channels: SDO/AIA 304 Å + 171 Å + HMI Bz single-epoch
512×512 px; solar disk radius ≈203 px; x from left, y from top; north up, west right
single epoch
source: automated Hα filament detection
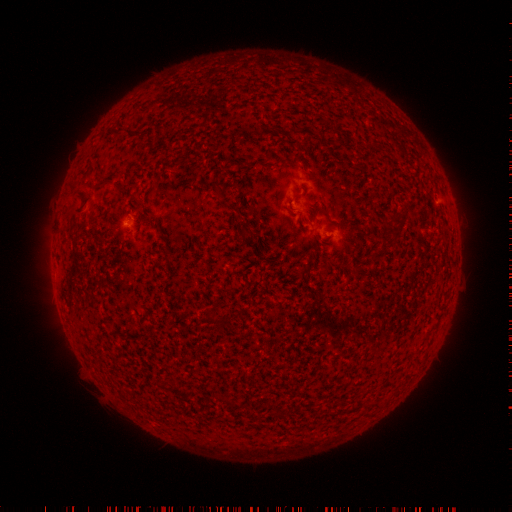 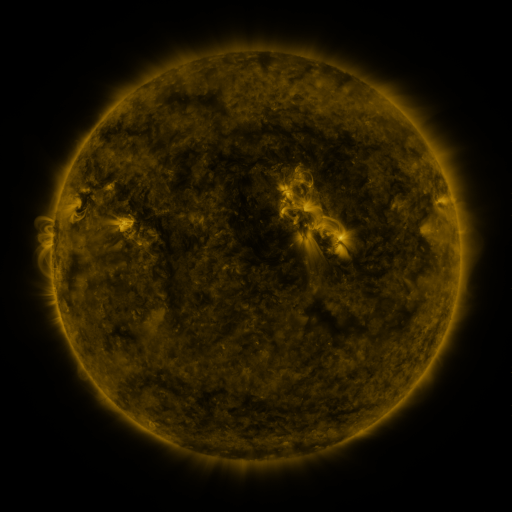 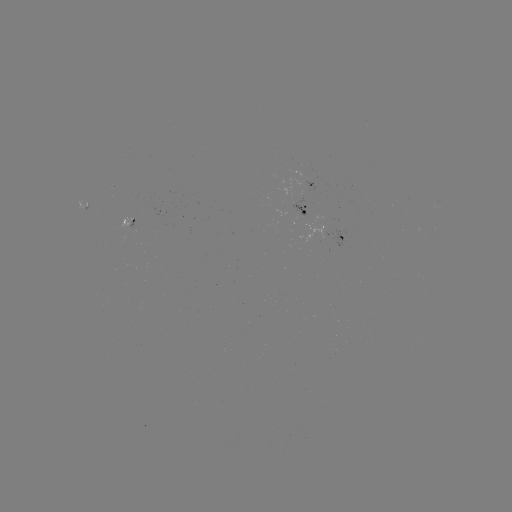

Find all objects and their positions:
filament: (214, 183, 226, 200)
filament: (74, 188, 91, 213)
filament: (240, 225, 252, 240)
filament: (207, 313, 223, 327)
filament: (221, 396, 234, 407)
